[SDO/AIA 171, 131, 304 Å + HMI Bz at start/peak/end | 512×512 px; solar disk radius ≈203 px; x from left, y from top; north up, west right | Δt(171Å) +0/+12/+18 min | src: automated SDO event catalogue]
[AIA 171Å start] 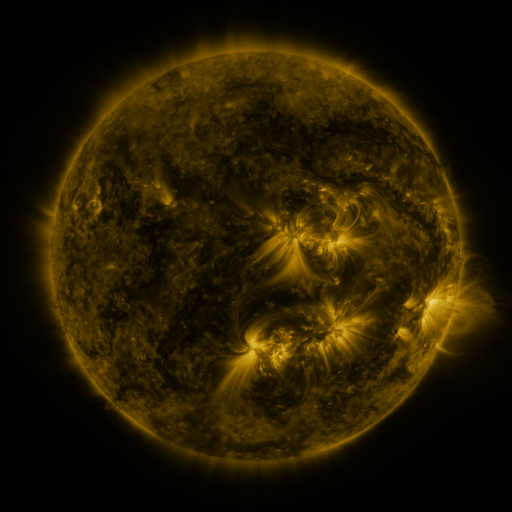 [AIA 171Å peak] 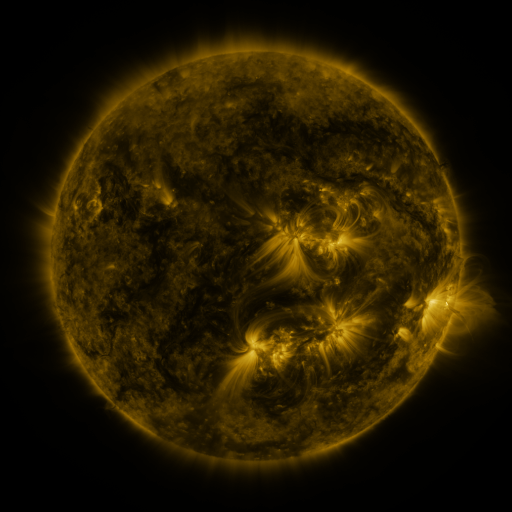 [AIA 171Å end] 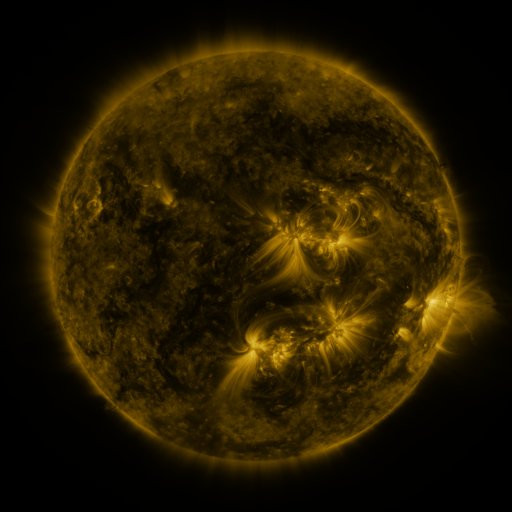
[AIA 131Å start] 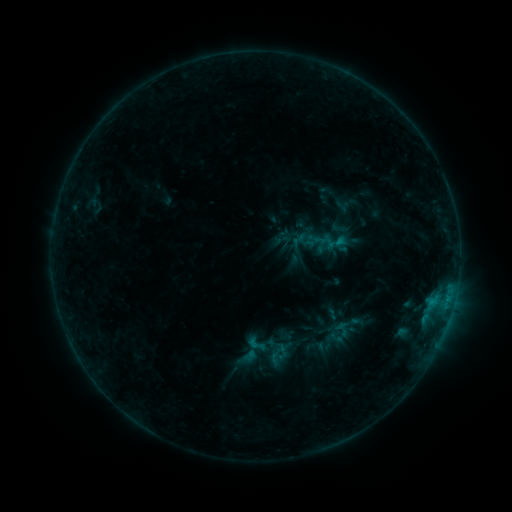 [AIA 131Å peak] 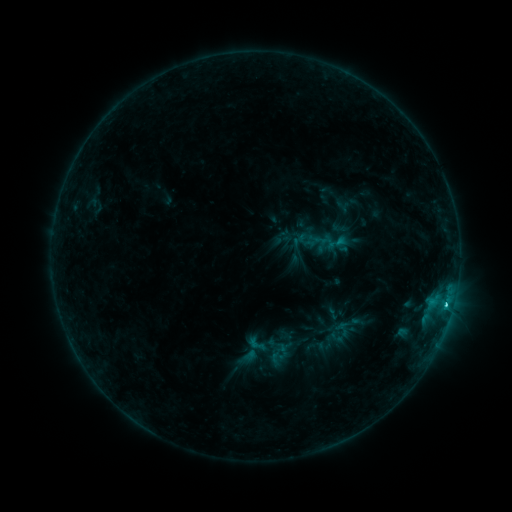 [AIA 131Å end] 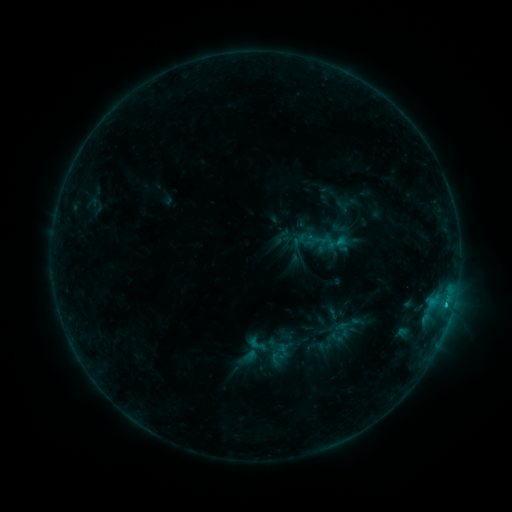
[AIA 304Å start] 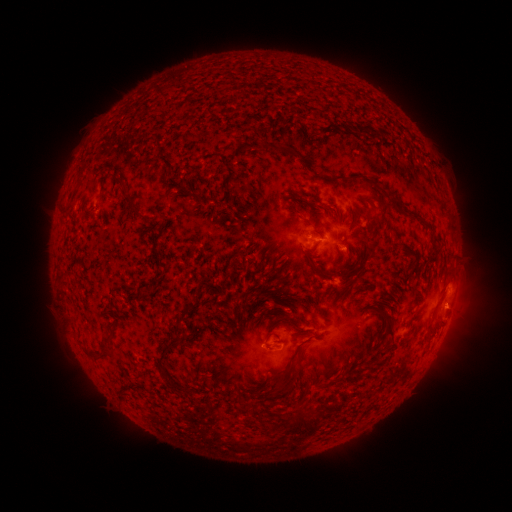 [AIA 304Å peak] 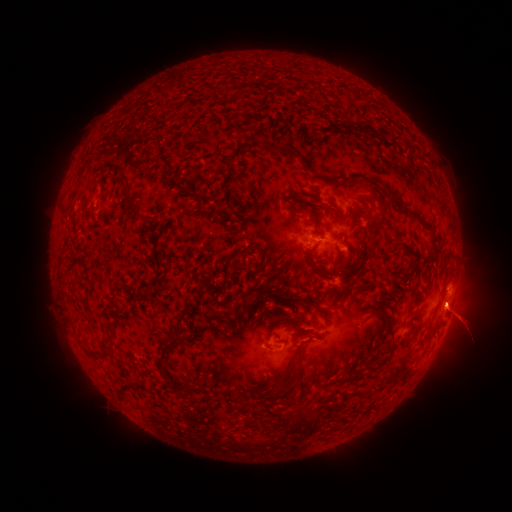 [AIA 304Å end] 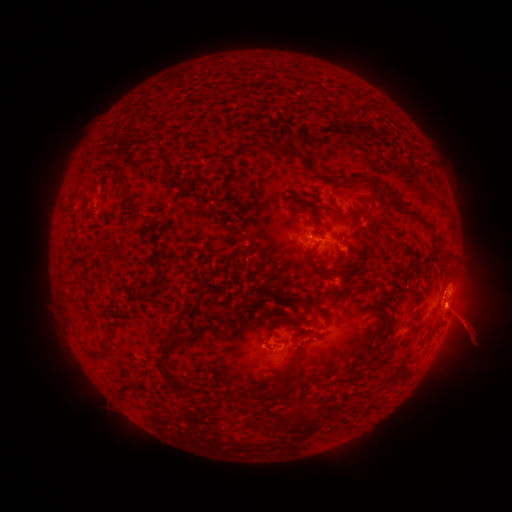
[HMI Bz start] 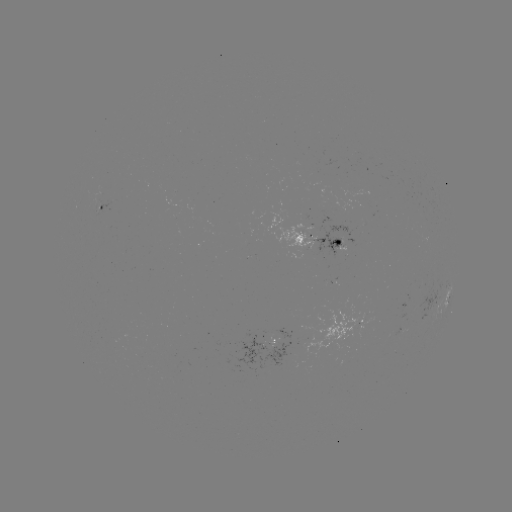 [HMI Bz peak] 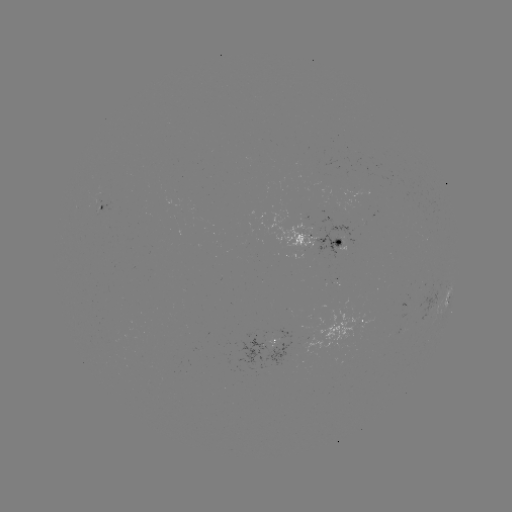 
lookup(C1.3 flare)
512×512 445,303